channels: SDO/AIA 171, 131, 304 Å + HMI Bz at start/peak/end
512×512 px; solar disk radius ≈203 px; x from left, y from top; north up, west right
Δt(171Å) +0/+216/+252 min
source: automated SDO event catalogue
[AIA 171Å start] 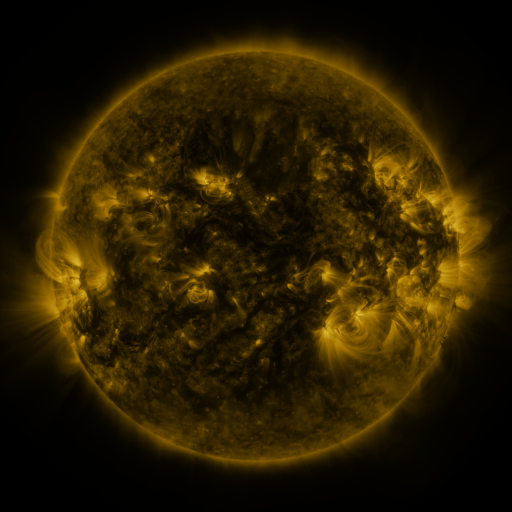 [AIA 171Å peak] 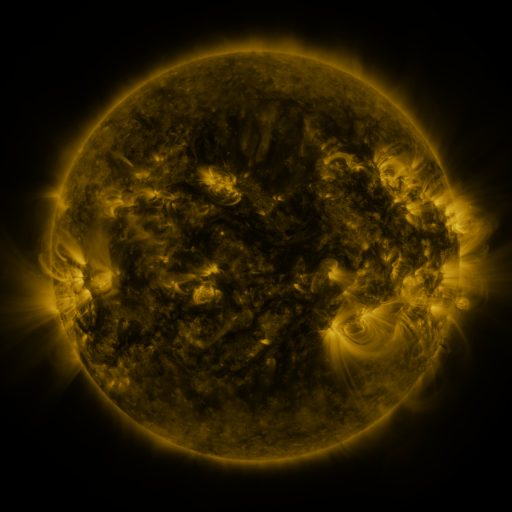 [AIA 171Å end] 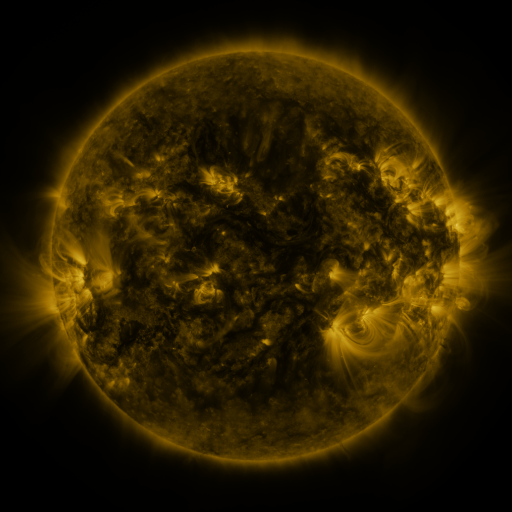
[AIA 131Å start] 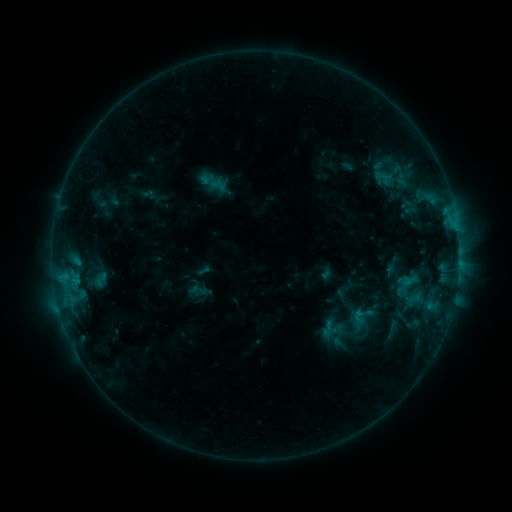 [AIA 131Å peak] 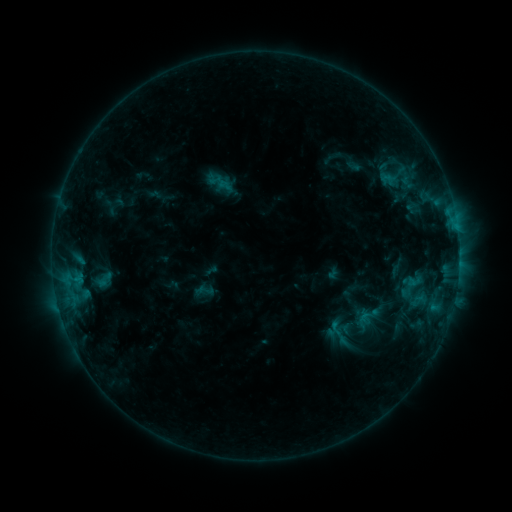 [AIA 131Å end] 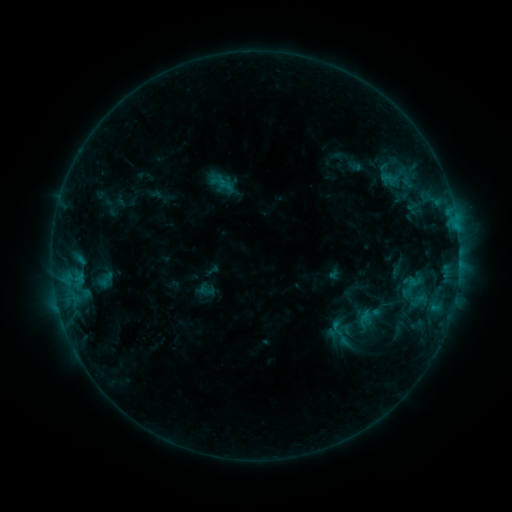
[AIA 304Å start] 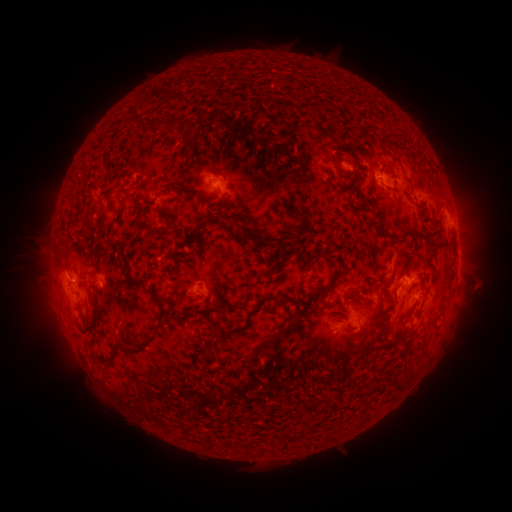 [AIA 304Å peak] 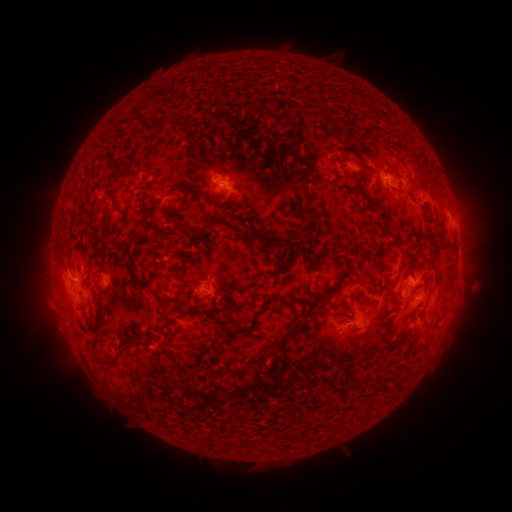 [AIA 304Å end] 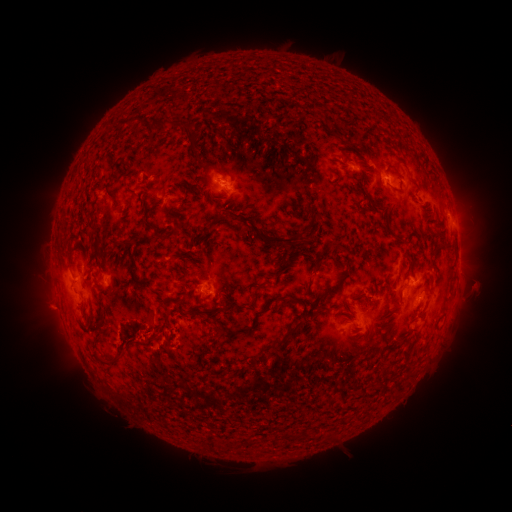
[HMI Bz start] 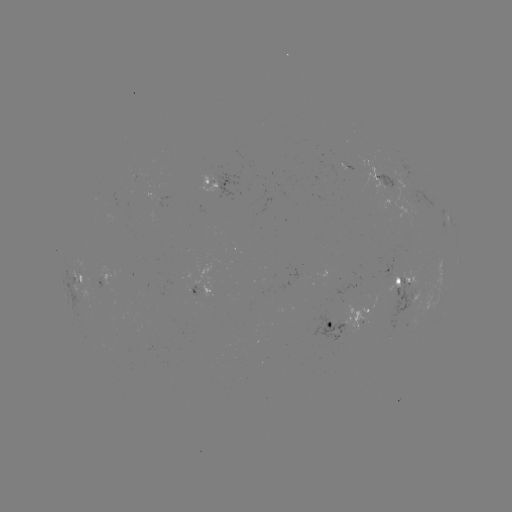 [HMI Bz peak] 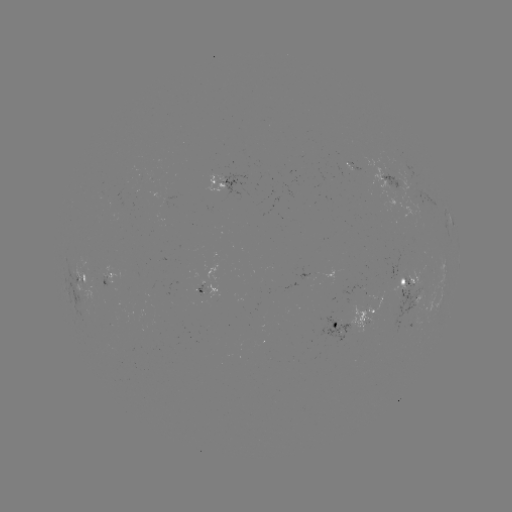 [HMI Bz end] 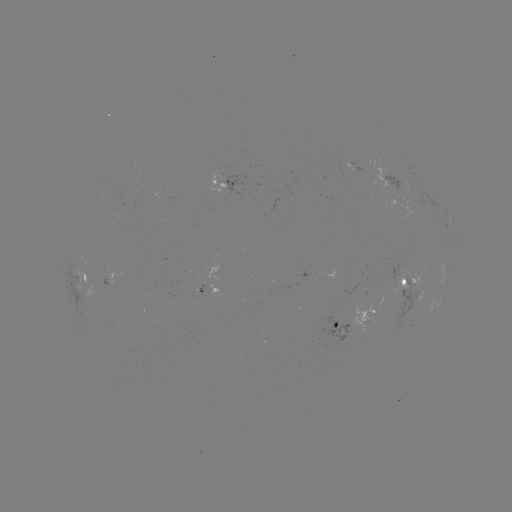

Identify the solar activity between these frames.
emerging-flux region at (370, 295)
